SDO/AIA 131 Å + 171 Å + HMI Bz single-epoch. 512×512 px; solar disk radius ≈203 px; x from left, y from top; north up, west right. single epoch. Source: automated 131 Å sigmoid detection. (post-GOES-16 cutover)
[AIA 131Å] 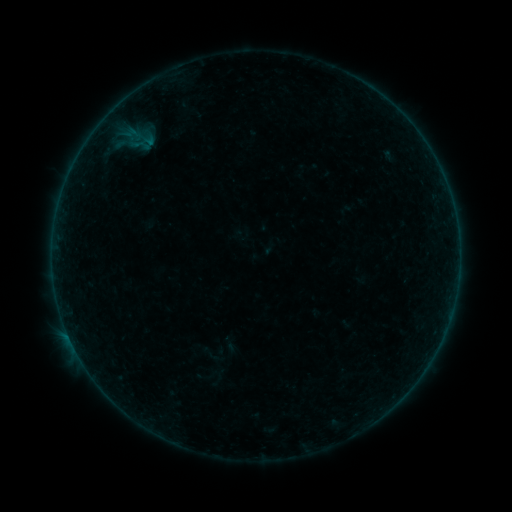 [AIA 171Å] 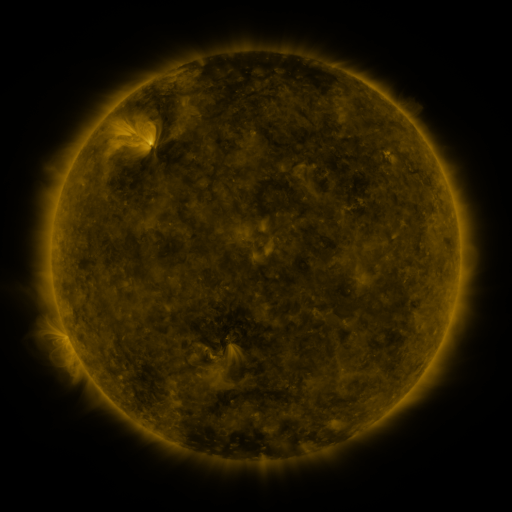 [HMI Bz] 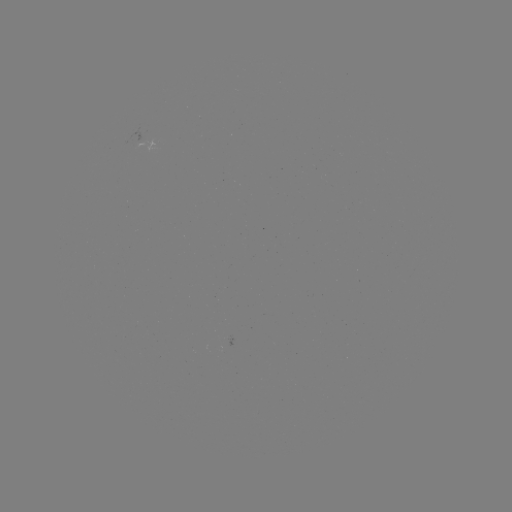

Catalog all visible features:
sigmoid: (195, 343, 223, 365)
